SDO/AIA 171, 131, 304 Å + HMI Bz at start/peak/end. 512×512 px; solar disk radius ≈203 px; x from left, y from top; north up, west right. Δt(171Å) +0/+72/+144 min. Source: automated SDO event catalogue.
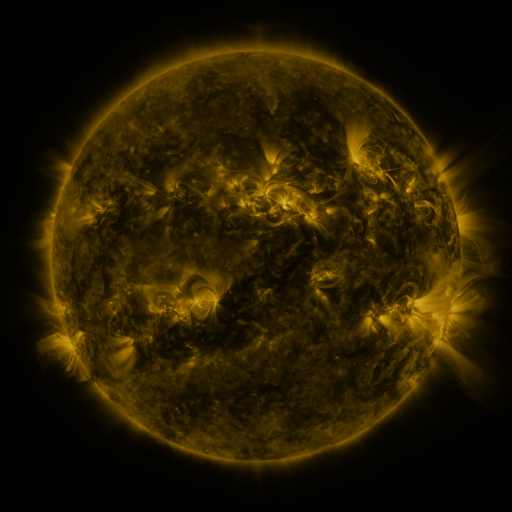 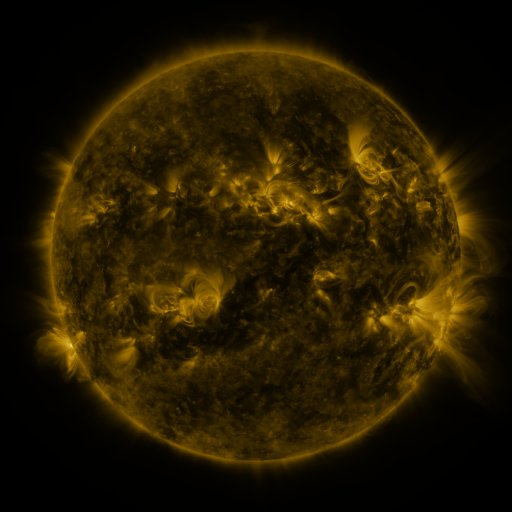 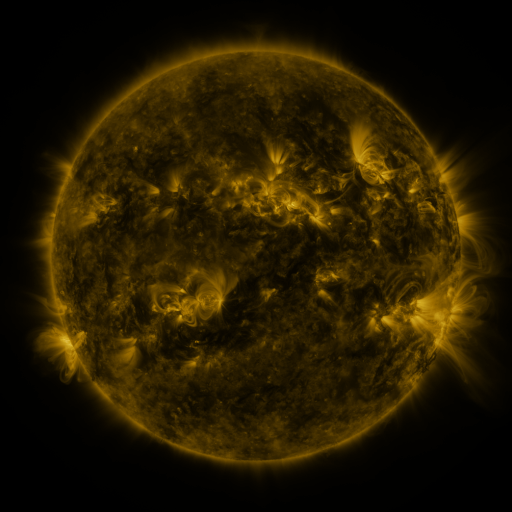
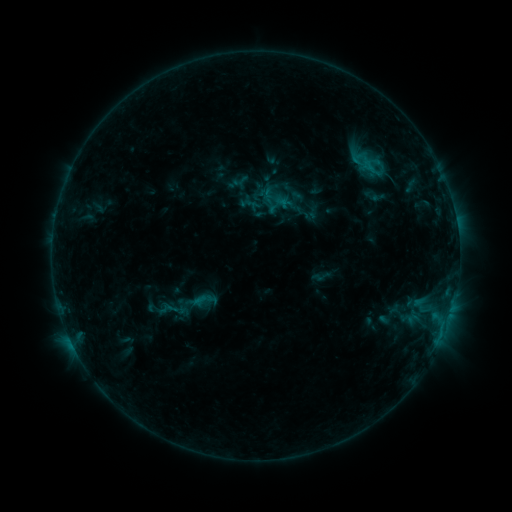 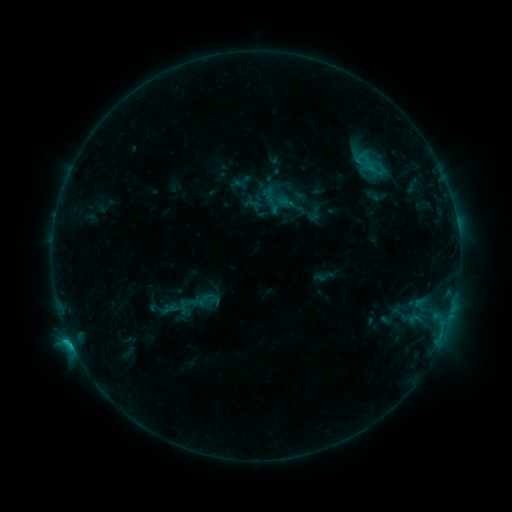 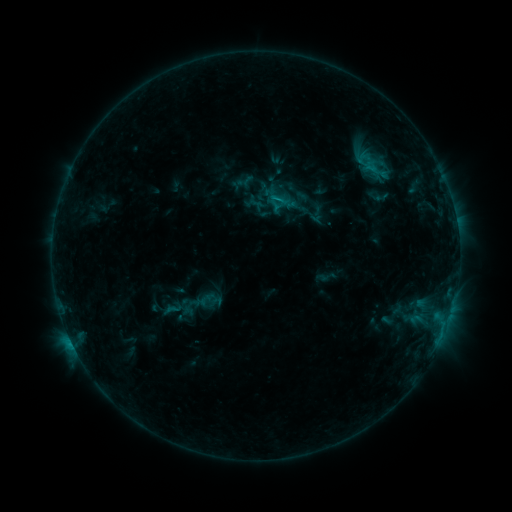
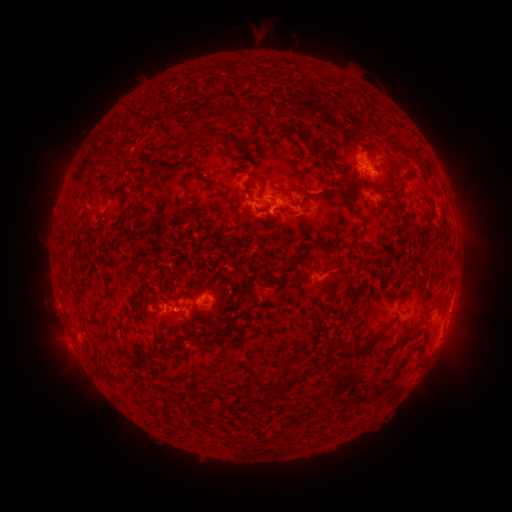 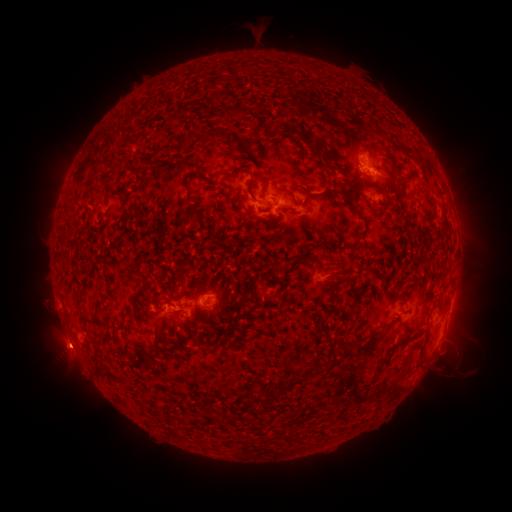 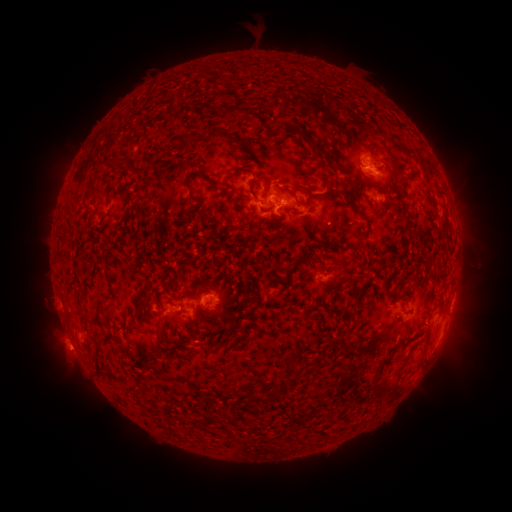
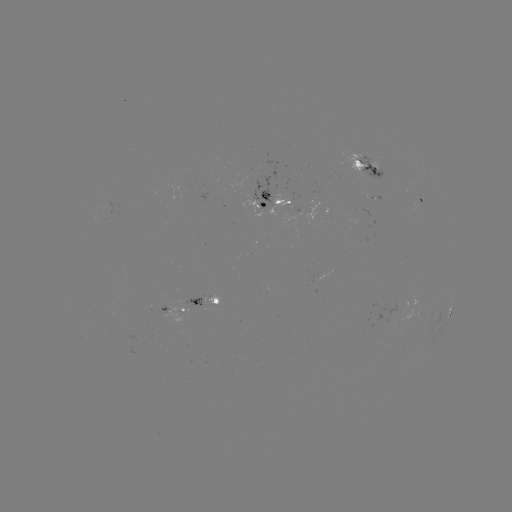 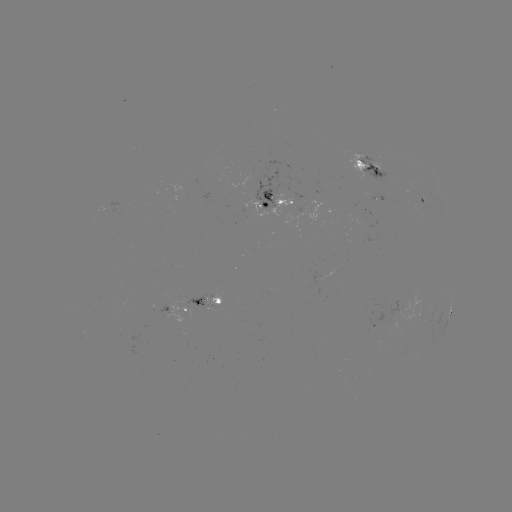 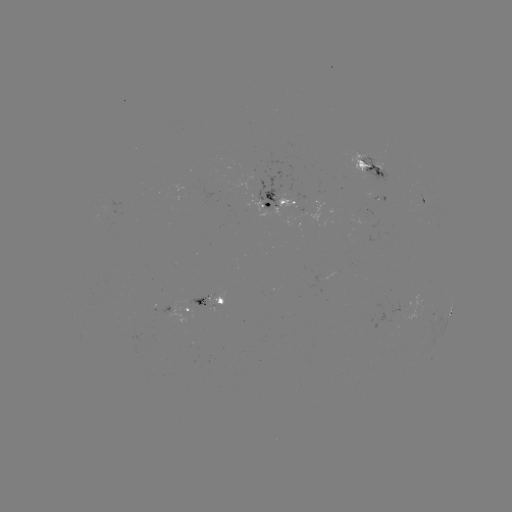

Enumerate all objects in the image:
filament eruption: (433, 362)
